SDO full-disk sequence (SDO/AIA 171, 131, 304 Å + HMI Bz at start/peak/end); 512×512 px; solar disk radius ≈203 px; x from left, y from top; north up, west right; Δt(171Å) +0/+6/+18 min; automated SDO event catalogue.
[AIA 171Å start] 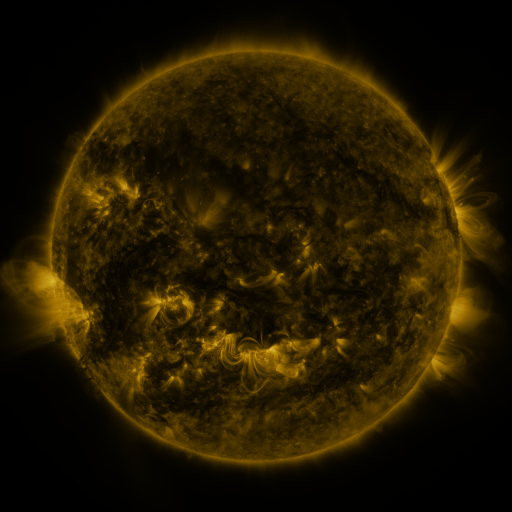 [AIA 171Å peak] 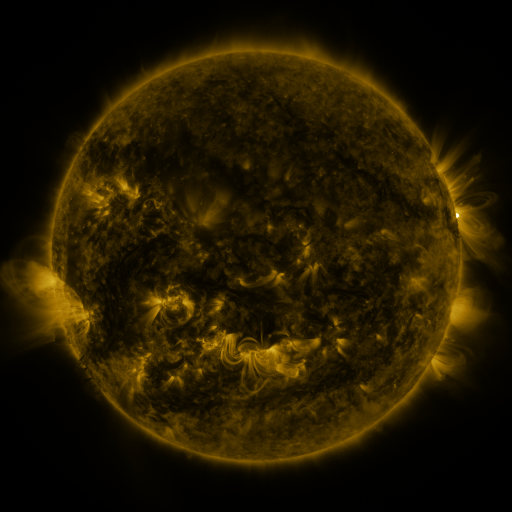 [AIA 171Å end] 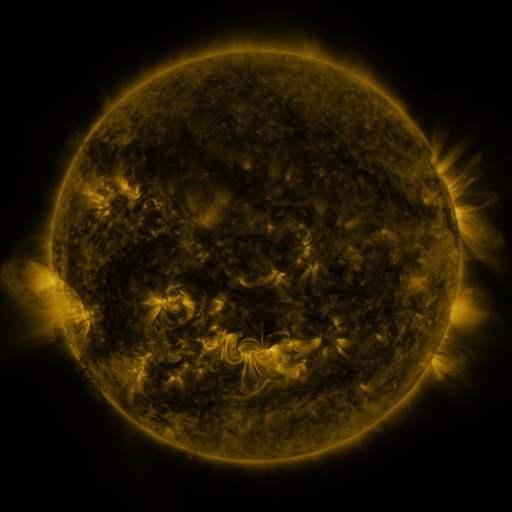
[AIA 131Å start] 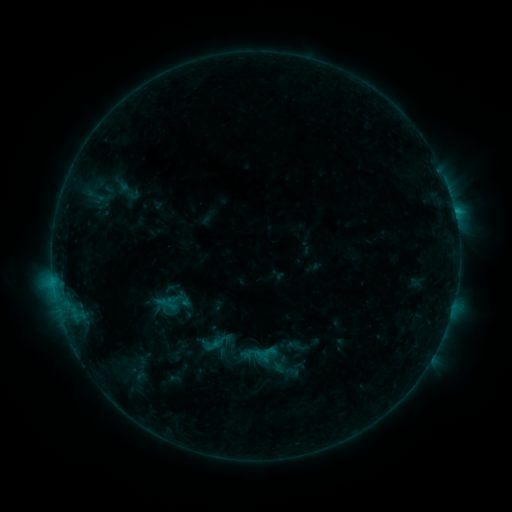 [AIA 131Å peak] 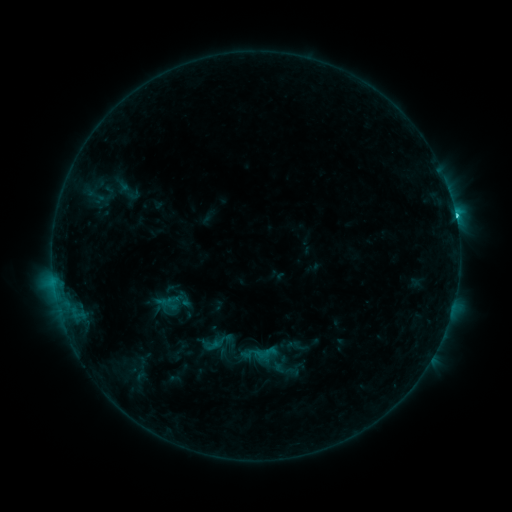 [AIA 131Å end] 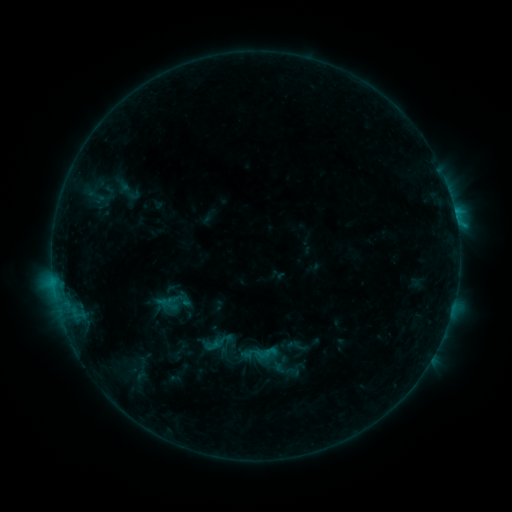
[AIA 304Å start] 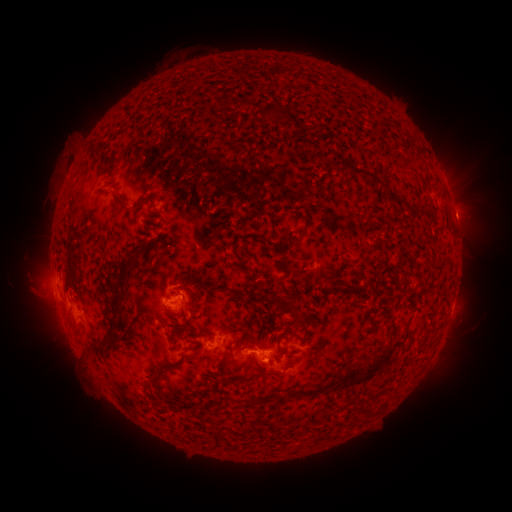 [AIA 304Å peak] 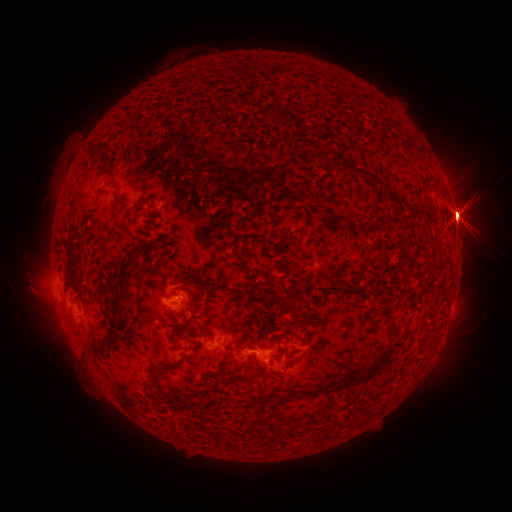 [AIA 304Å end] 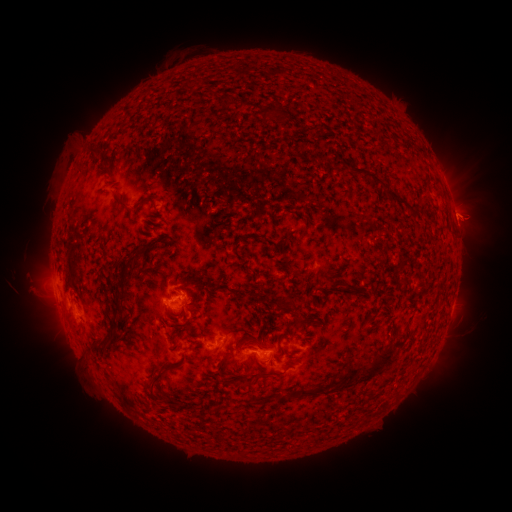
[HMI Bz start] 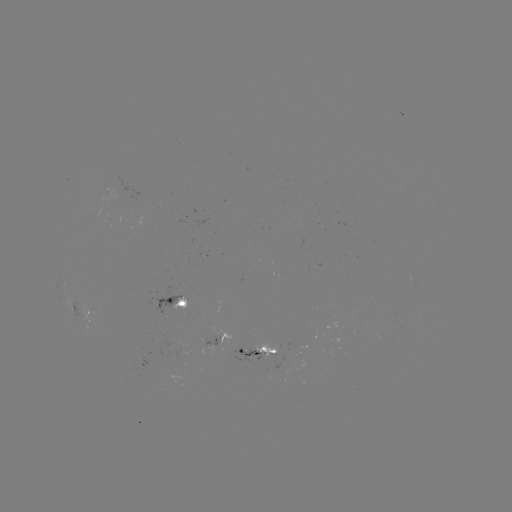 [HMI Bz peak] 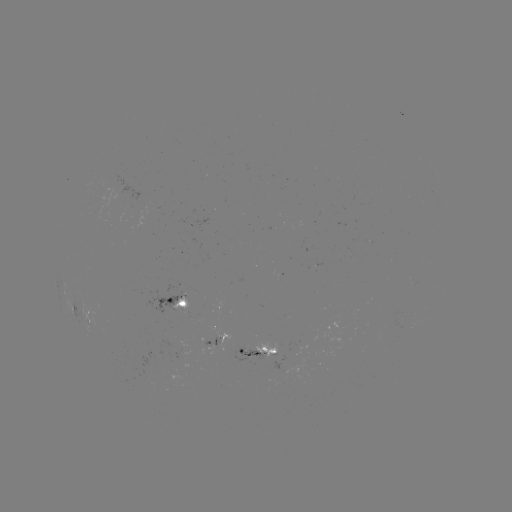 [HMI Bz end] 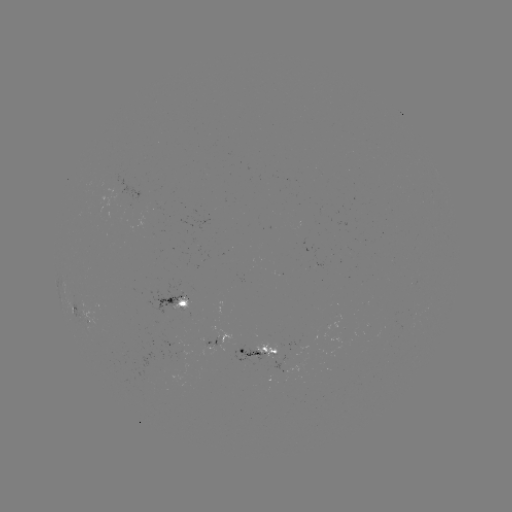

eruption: (390, 139, 511, 263)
